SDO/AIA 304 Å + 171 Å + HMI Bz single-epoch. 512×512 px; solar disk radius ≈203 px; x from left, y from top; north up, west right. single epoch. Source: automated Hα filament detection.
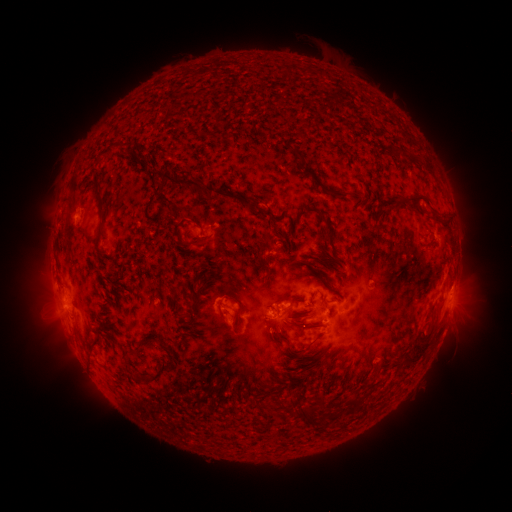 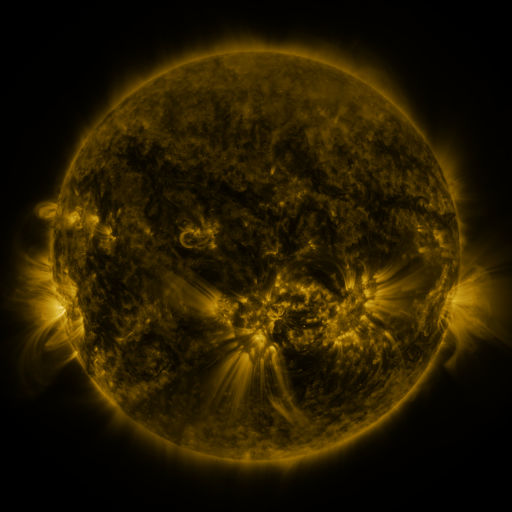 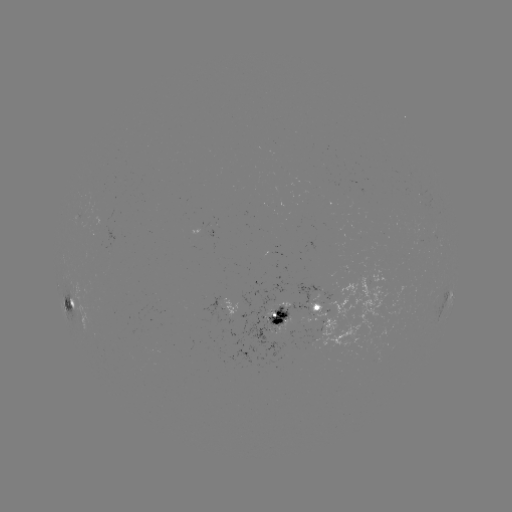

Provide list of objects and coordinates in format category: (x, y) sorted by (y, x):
filament: (287, 72)
filament: (326, 74)
filament: (258, 88)
filament: (394, 146)
filament: (108, 152)
filament: (294, 152)
filament: (412, 157)
filament: (427, 165)
filament: (196, 185)
filament: (321, 185)
filament: (418, 195)
filament: (98, 197)
filament: (246, 203)
filament: (263, 214)
filament: (437, 217)
filament: (327, 224)
filament: (202, 243)
filament: (254, 252)
filament: (195, 304)
filament: (241, 307)
filament: (306, 310)
filament: (281, 314)
filament: (307, 325)
filament: (281, 333)
filament: (150, 340)
filament: (422, 346)
filament: (161, 374)
filament: (280, 399)
filament: (359, 399)
filament: (323, 405)
filament: (264, 406)
filament: (314, 415)
